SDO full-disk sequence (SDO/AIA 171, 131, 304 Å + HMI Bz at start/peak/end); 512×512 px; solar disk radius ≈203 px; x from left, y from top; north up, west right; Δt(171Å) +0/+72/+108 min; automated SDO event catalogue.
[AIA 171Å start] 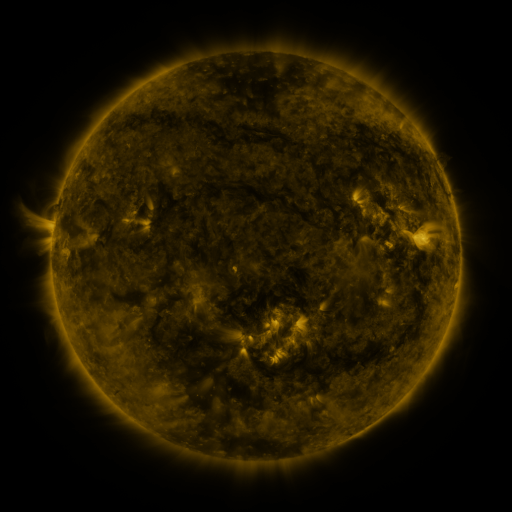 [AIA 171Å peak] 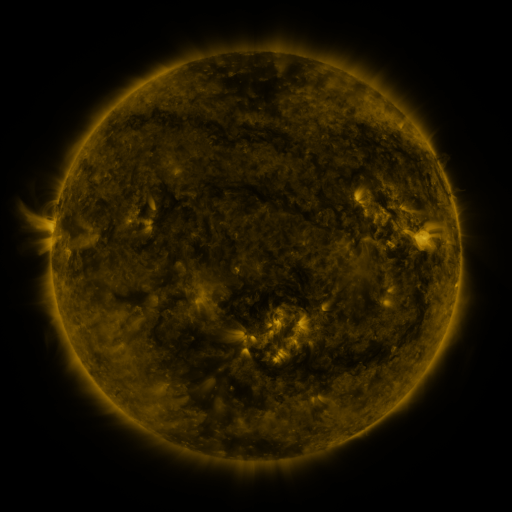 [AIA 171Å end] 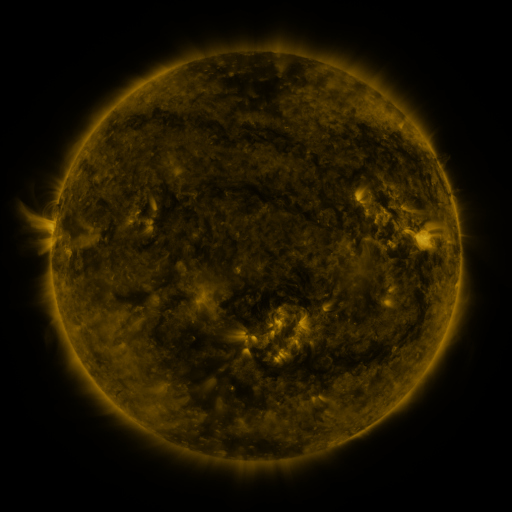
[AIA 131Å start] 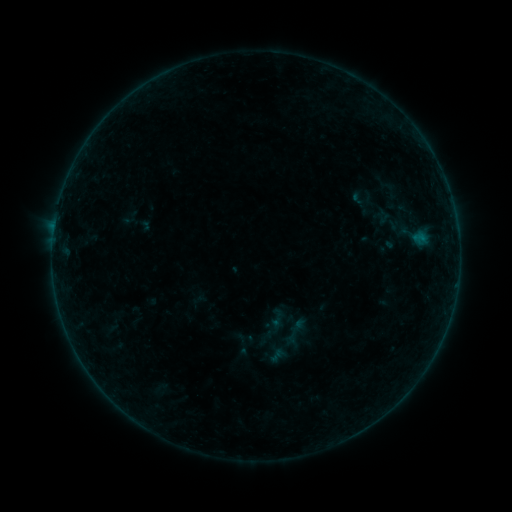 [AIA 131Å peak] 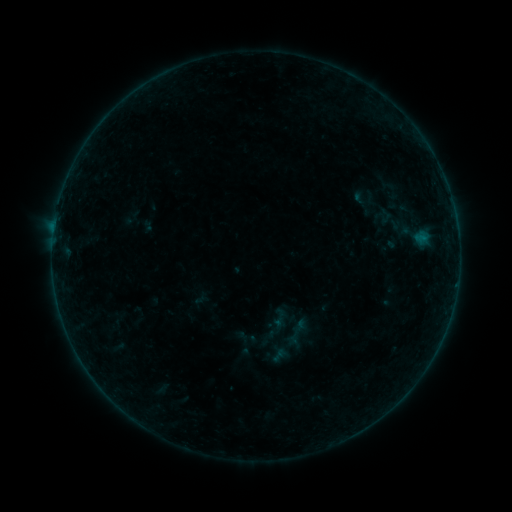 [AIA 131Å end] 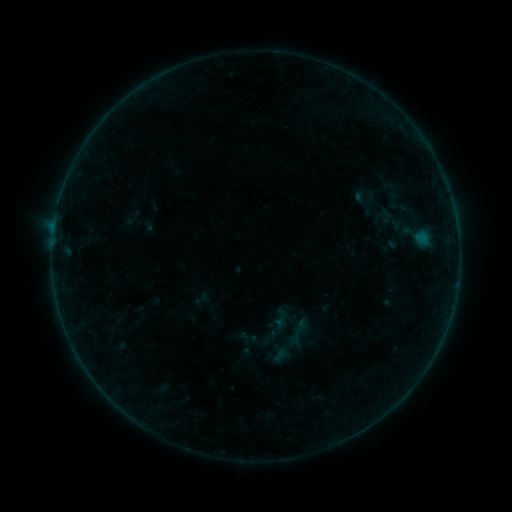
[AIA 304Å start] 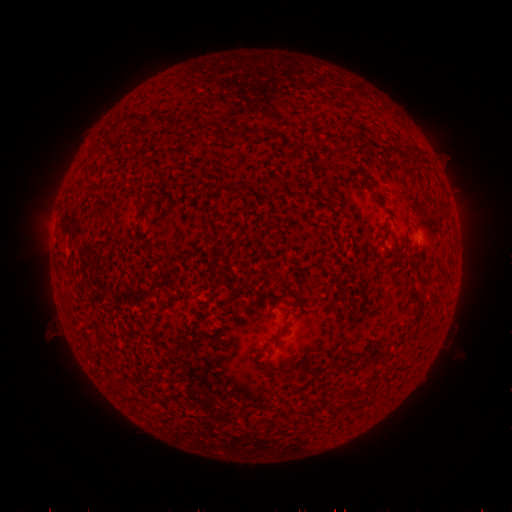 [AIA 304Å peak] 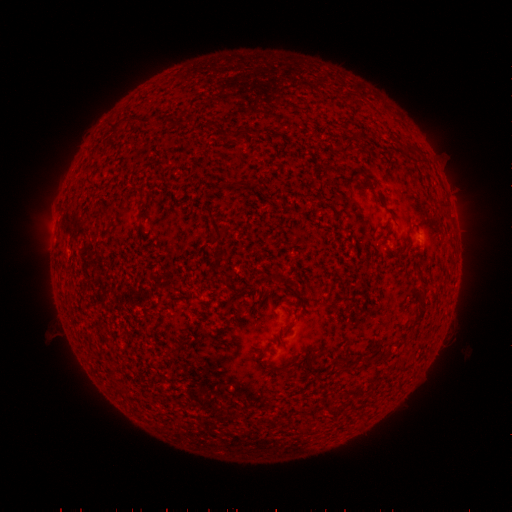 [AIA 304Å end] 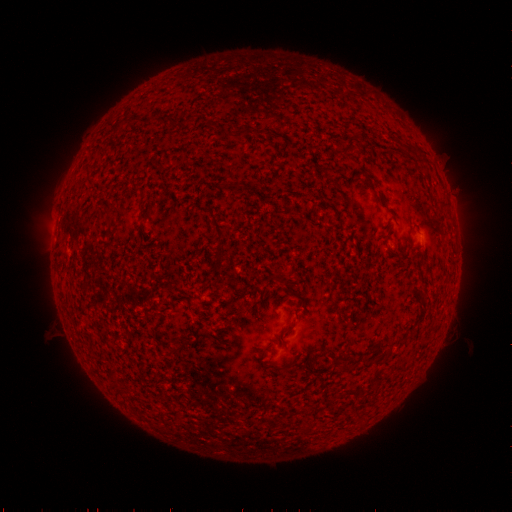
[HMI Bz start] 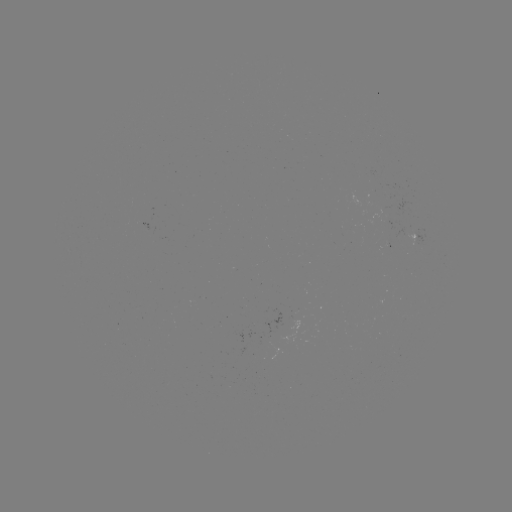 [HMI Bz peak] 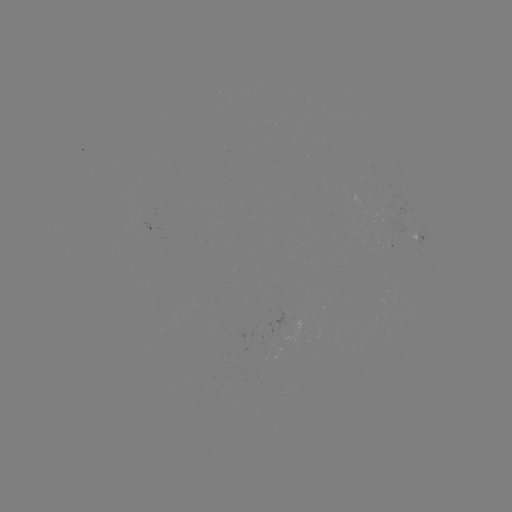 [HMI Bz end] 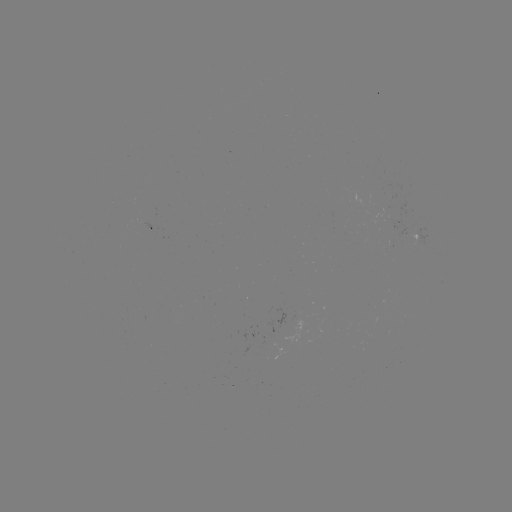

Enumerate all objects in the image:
emerging-flux region: (417, 233)
